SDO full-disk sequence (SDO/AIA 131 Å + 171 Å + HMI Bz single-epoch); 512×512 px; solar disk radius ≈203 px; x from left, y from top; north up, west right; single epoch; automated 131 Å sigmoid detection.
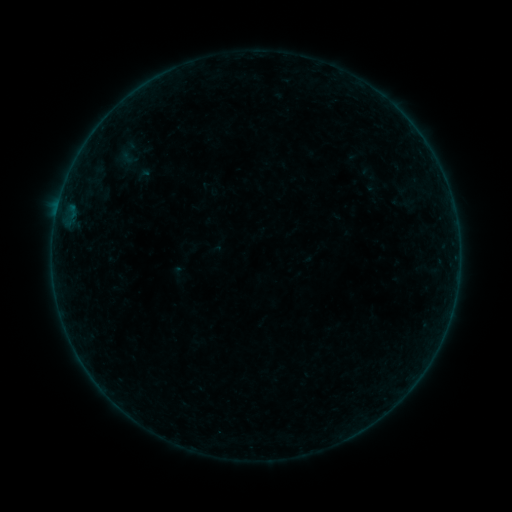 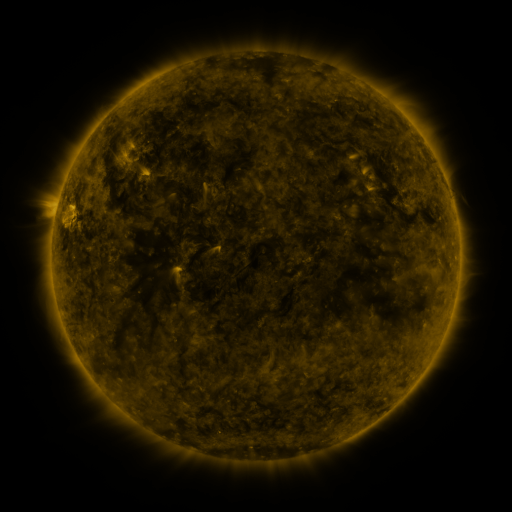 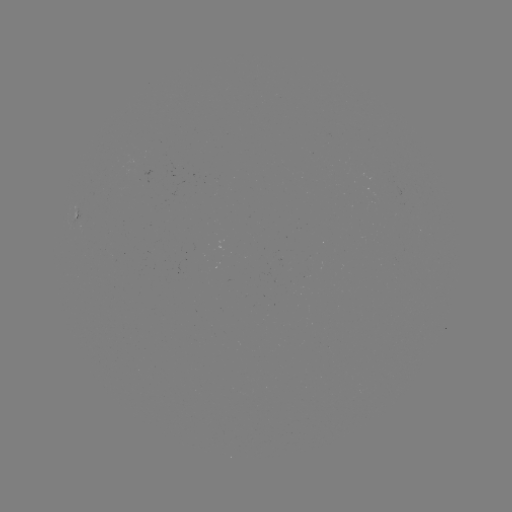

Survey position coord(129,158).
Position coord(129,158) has sigmoid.